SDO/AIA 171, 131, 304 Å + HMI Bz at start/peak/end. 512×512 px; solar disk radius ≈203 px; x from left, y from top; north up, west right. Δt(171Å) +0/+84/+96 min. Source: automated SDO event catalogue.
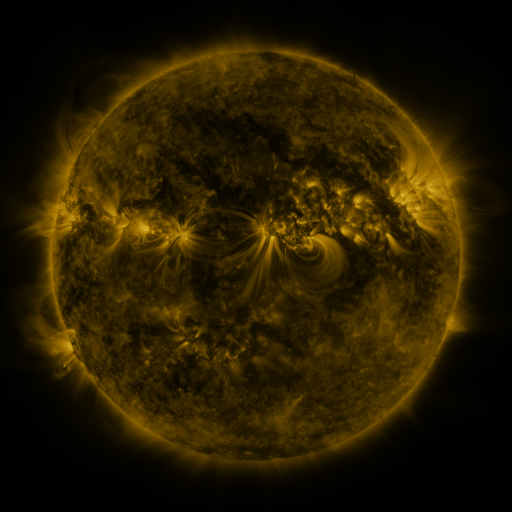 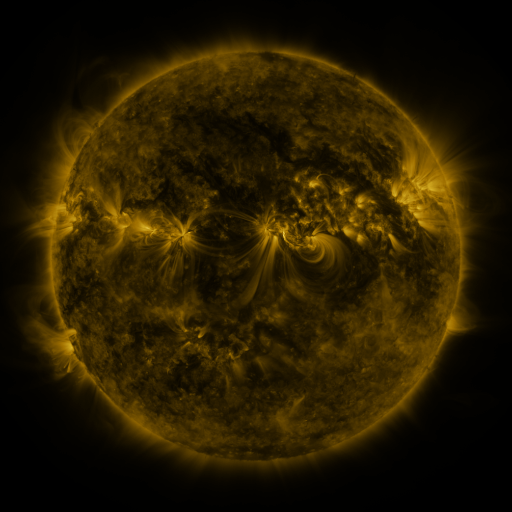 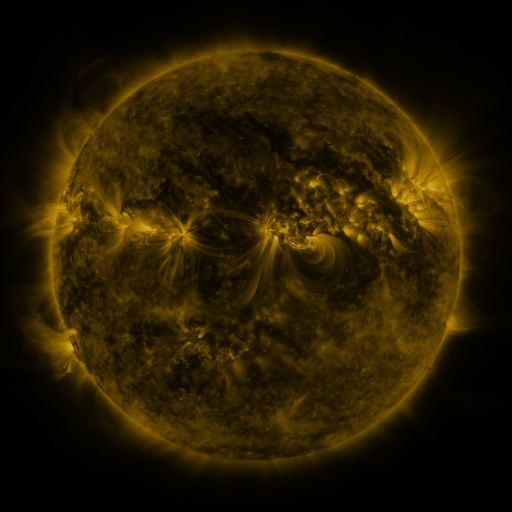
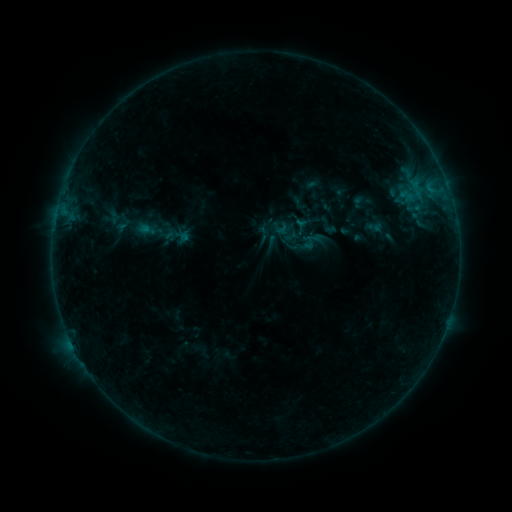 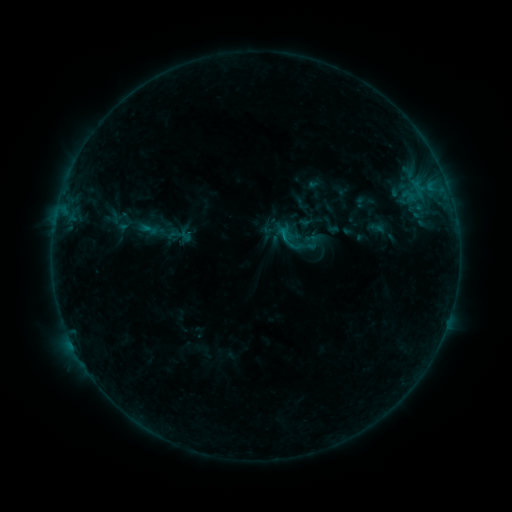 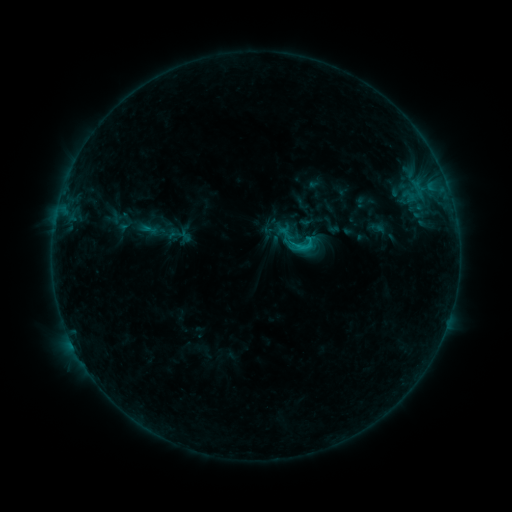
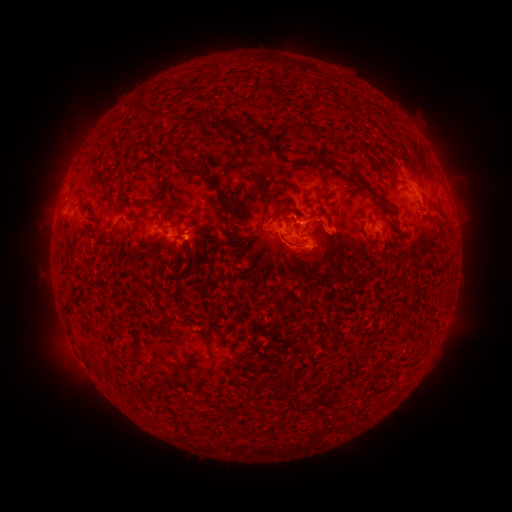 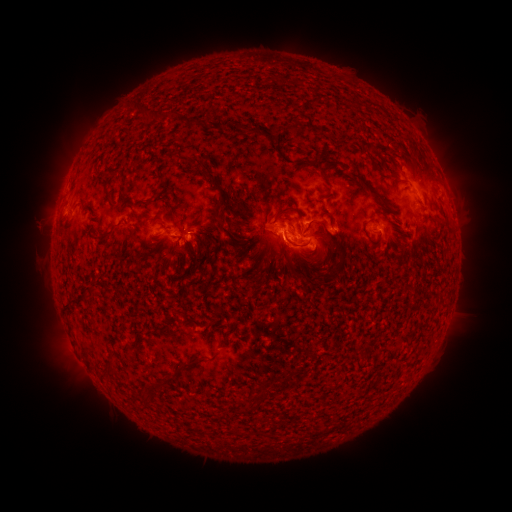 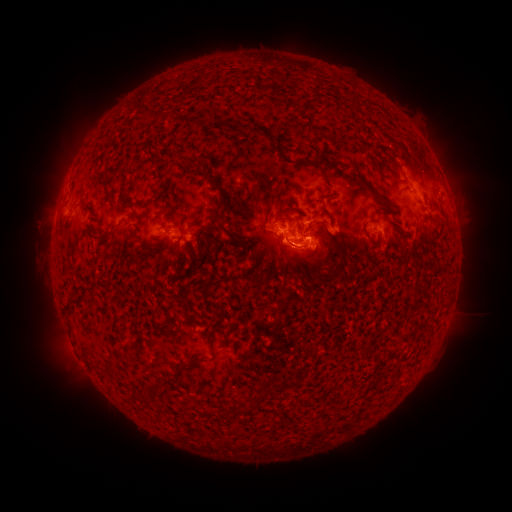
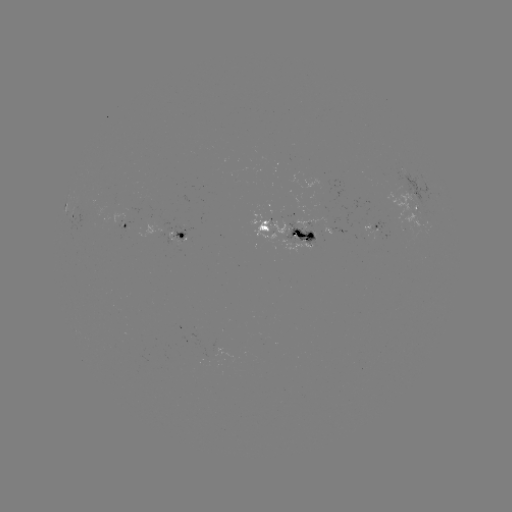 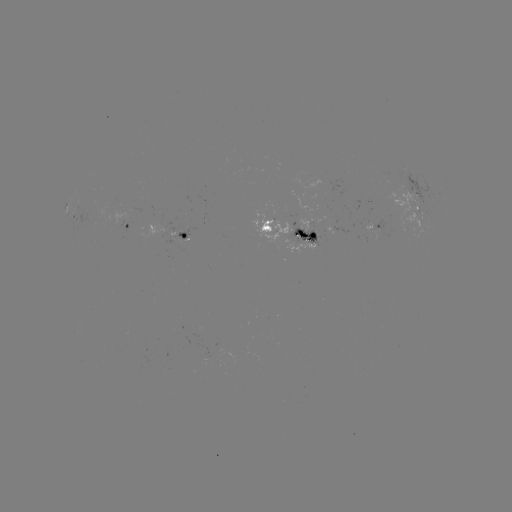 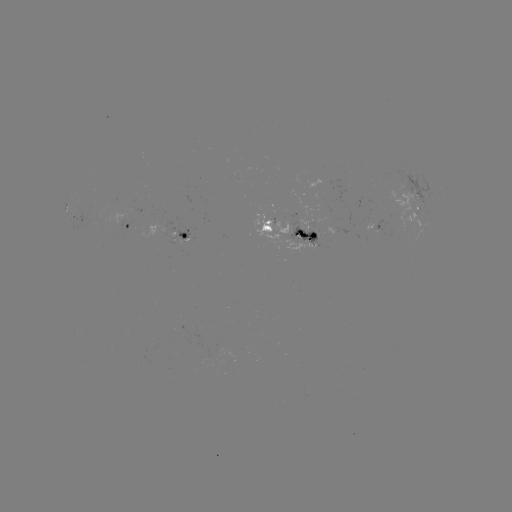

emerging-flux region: <bbox>184, 239, 194, 243</bbox>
